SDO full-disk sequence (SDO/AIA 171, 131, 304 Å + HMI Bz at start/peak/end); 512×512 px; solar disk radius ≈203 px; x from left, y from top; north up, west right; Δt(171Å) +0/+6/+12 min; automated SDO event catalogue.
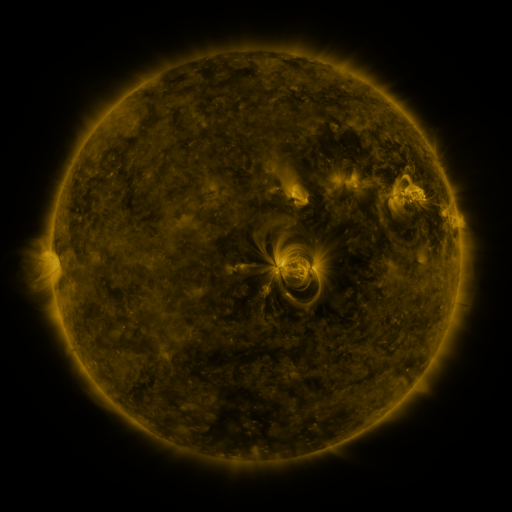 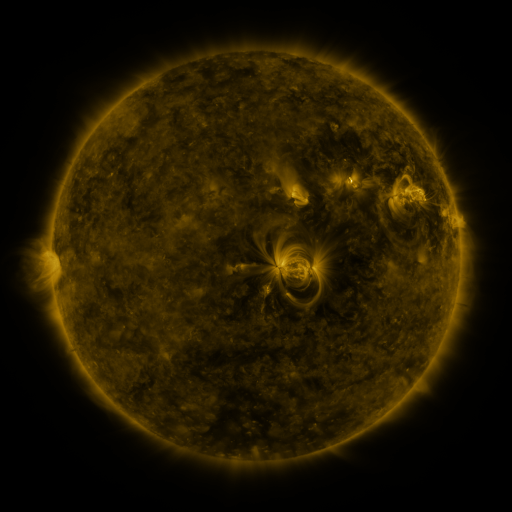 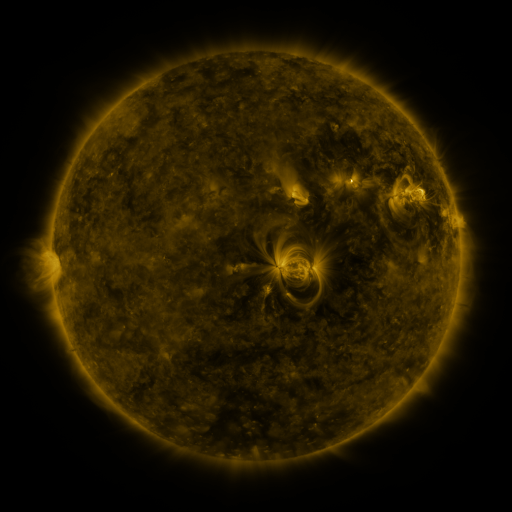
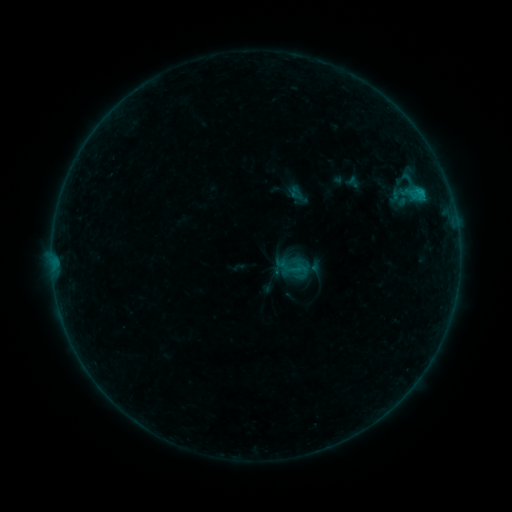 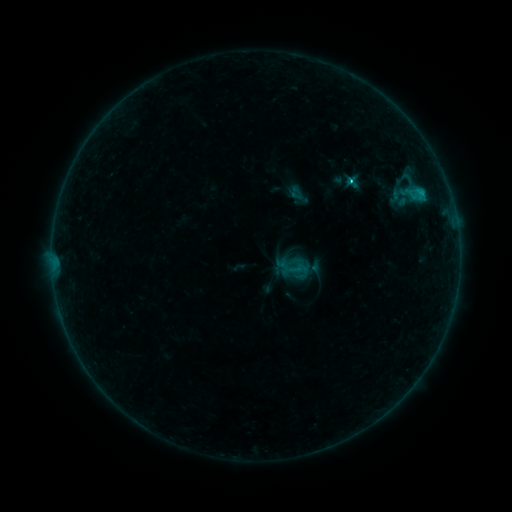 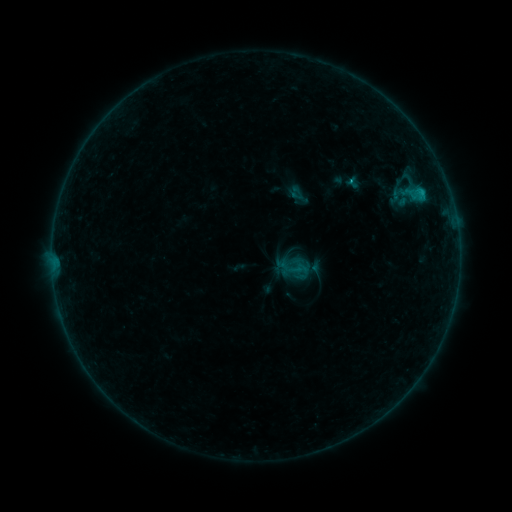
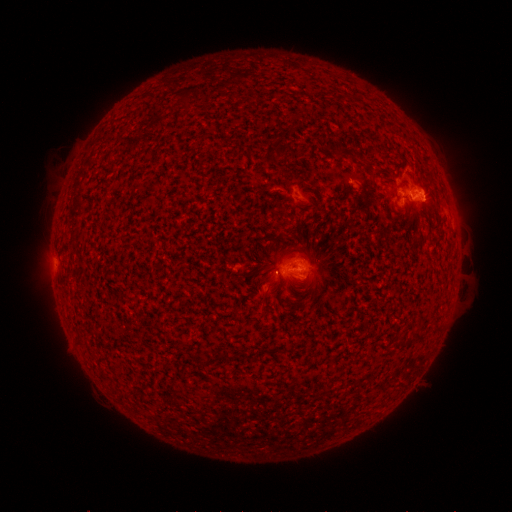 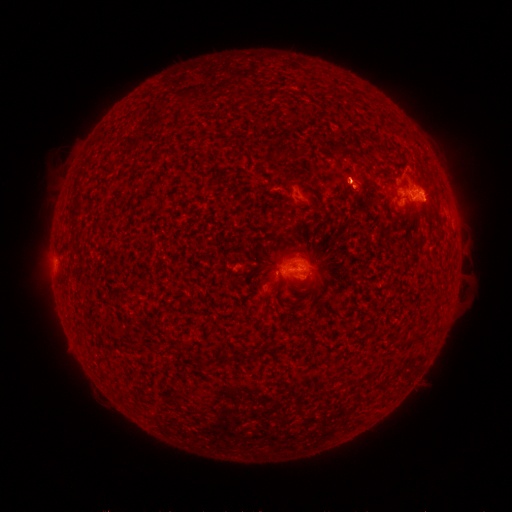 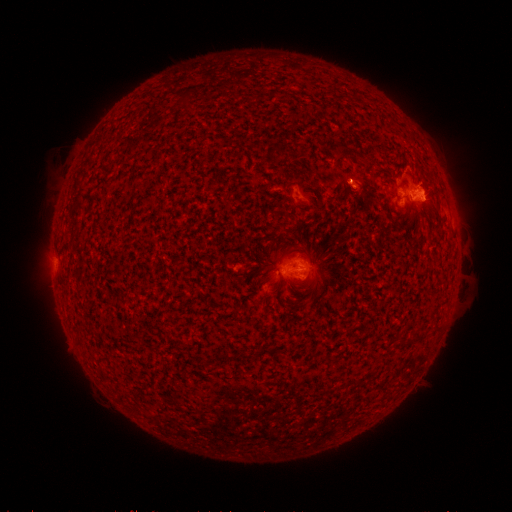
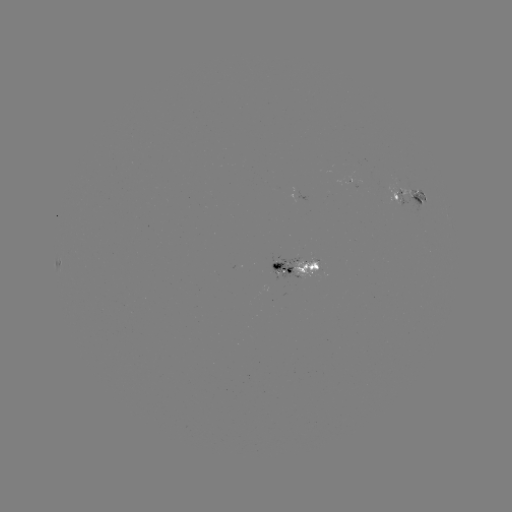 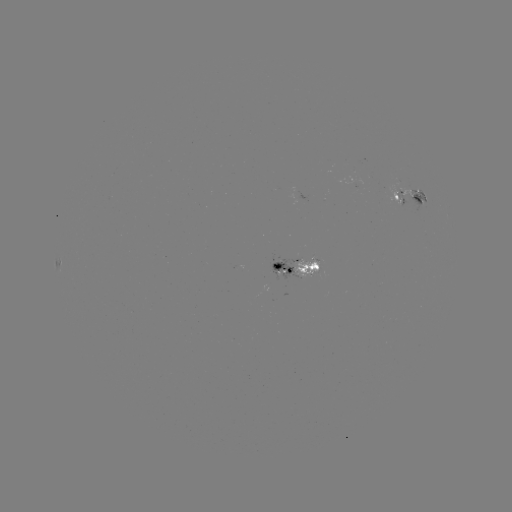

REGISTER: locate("B9.0 flare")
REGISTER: (348, 183)